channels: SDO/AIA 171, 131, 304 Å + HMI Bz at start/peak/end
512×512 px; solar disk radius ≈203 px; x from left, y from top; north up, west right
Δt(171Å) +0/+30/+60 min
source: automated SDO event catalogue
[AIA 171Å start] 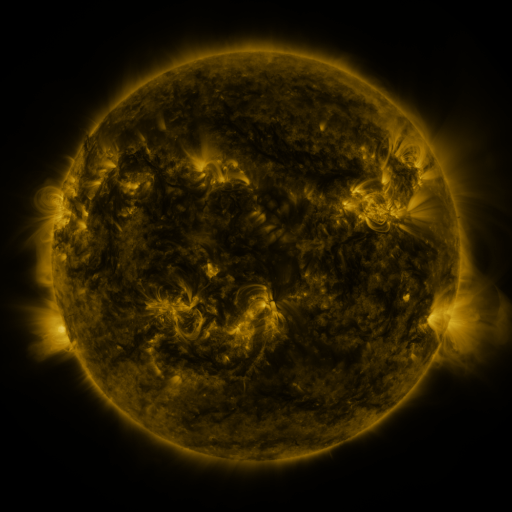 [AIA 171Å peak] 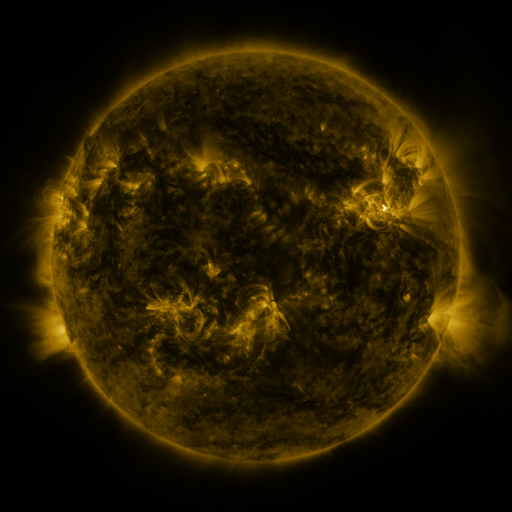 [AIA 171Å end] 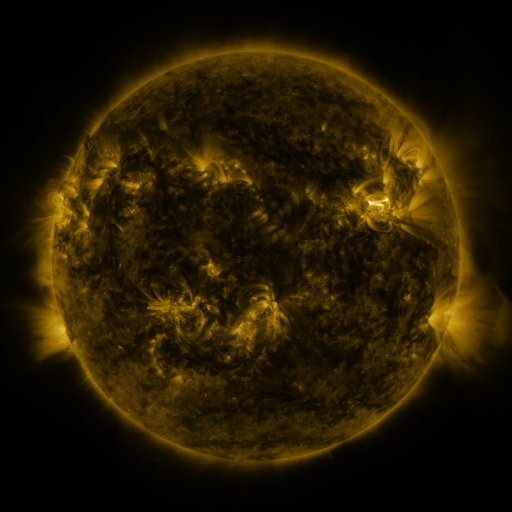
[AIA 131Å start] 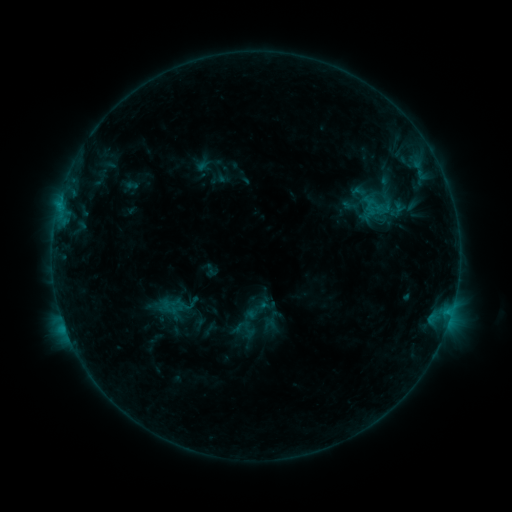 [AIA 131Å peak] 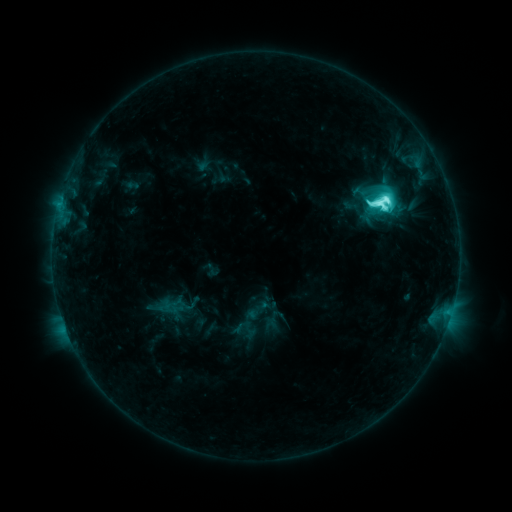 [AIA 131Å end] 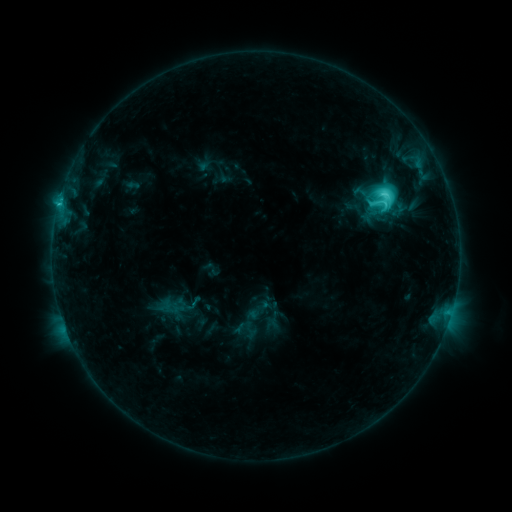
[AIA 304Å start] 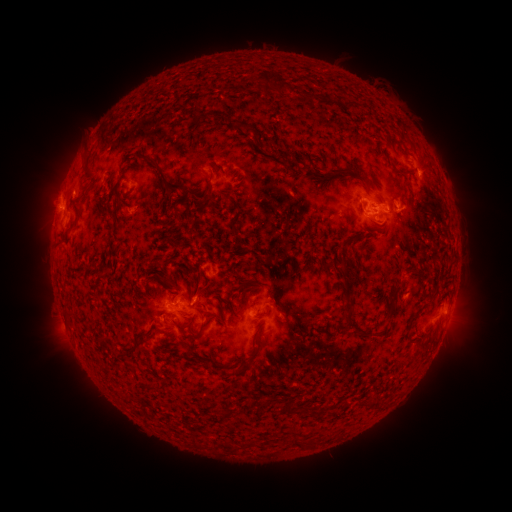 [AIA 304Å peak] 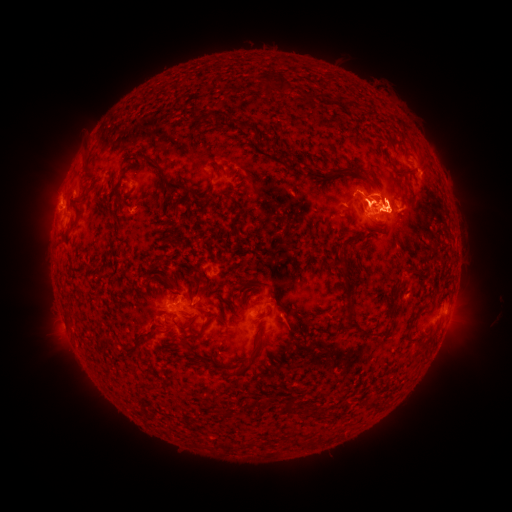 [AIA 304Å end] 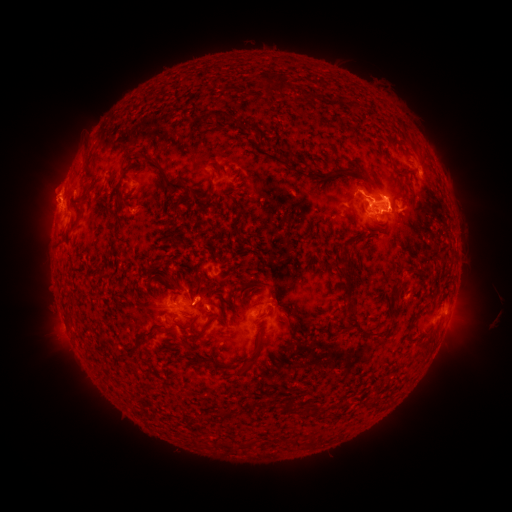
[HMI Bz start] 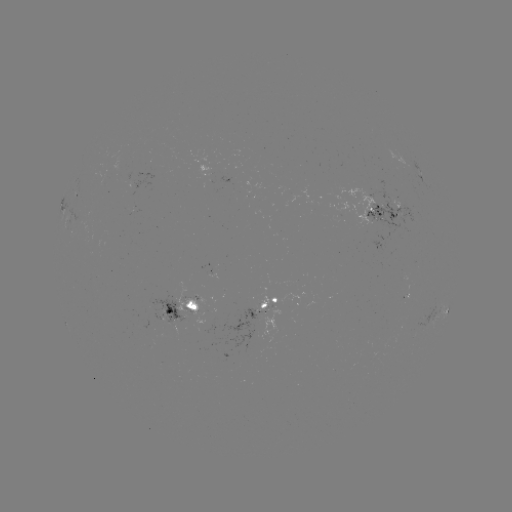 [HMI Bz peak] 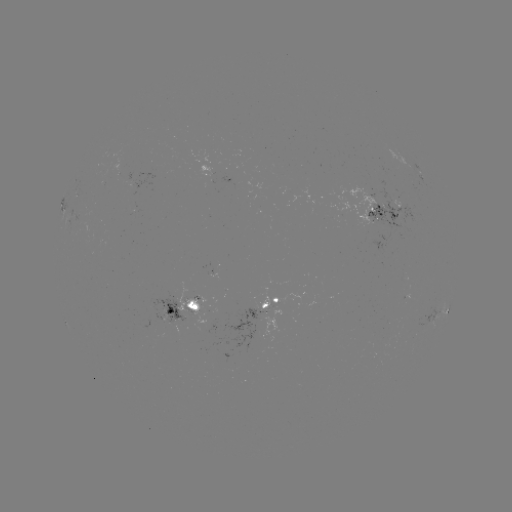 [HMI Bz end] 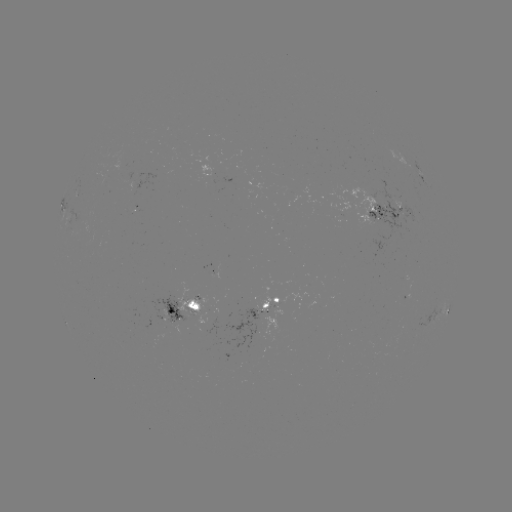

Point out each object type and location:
M1.4 flare: (379, 206)
